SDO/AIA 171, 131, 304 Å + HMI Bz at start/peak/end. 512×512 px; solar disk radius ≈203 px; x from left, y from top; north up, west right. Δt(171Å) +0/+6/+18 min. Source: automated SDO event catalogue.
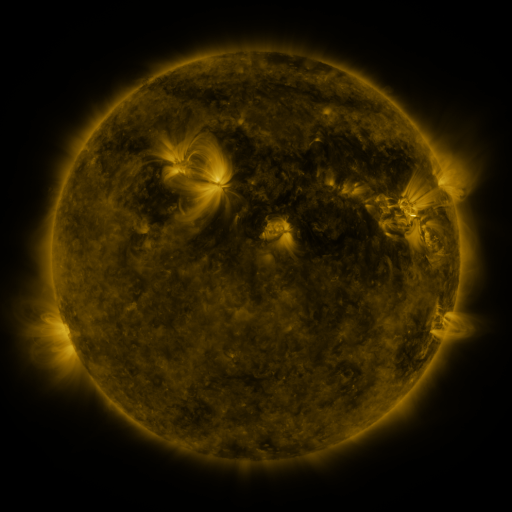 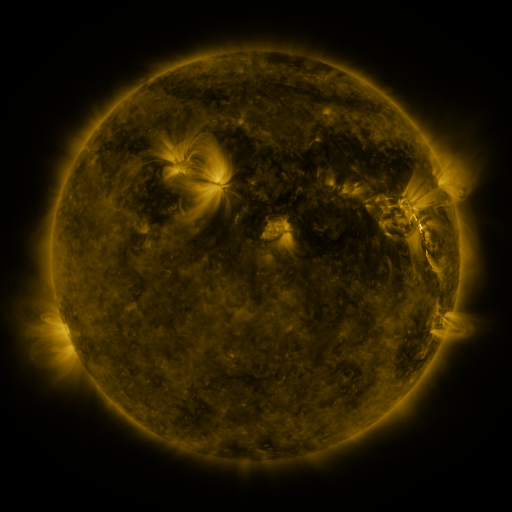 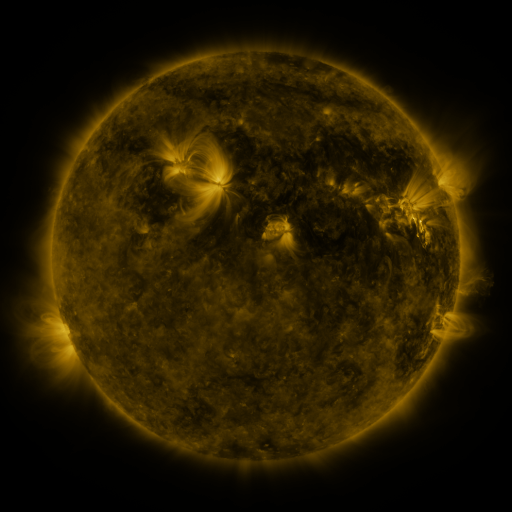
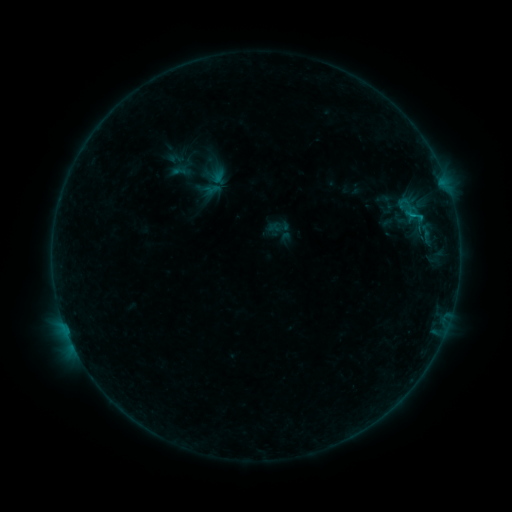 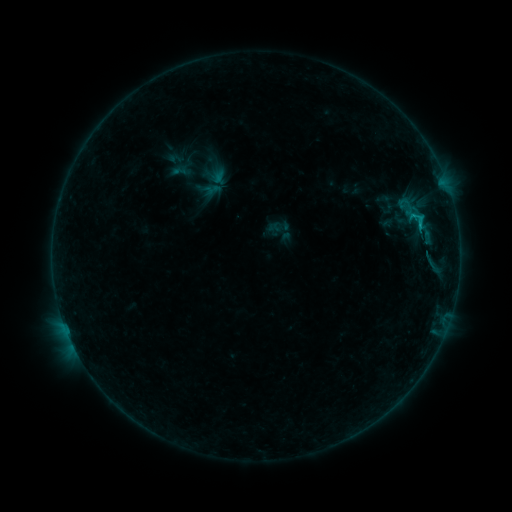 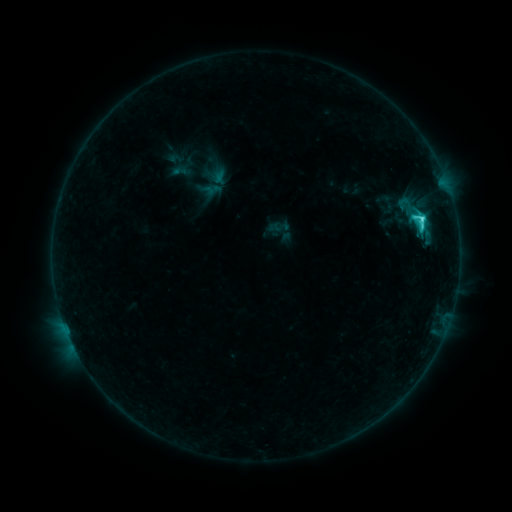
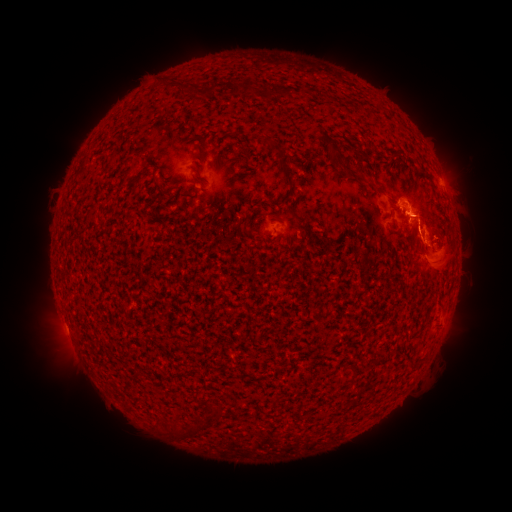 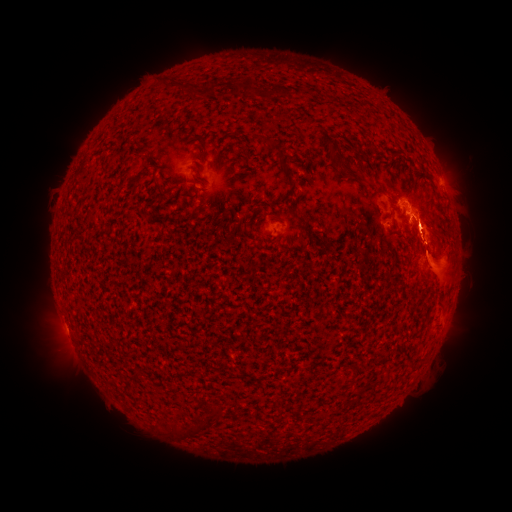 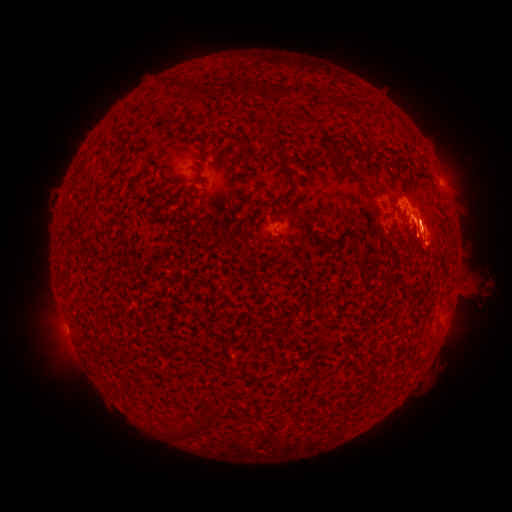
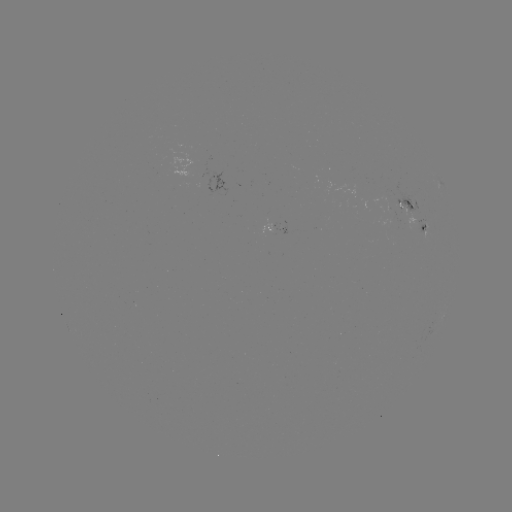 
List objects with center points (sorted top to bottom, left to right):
eruption: (447, 342)
